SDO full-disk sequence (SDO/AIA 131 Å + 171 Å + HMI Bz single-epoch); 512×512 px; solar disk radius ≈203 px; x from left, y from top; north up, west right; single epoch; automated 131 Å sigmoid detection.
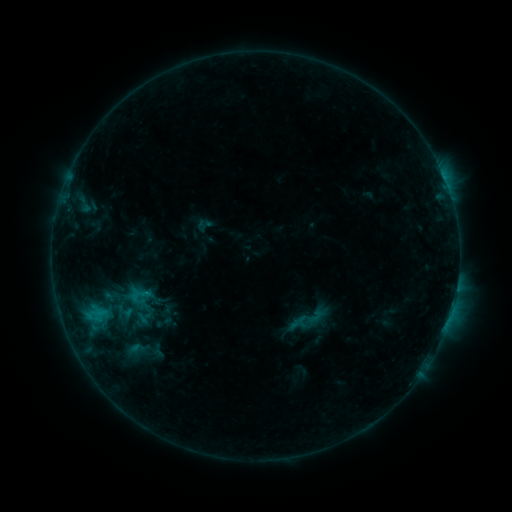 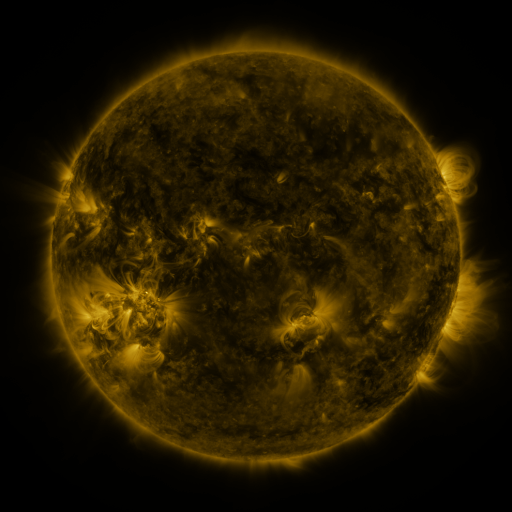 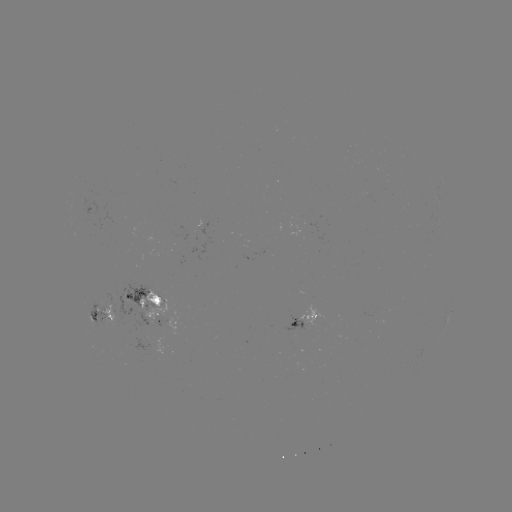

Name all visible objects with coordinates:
sigmoid: (167, 316)
